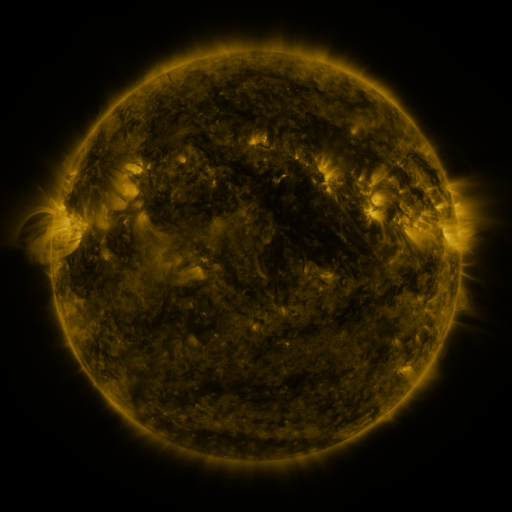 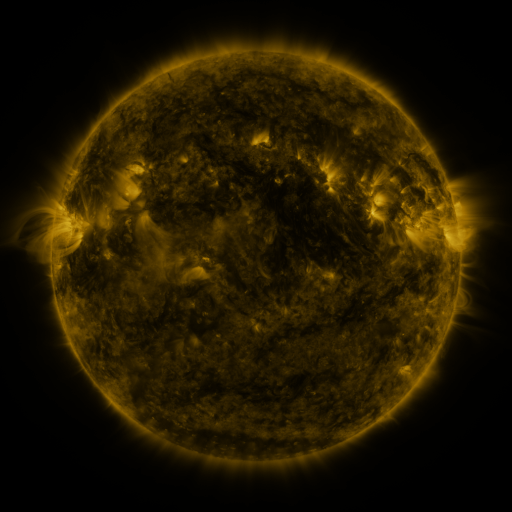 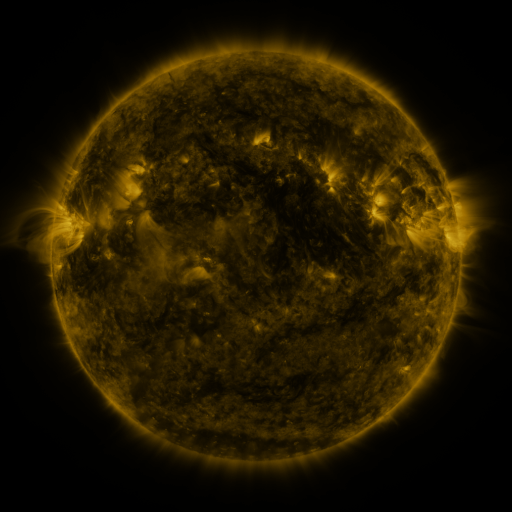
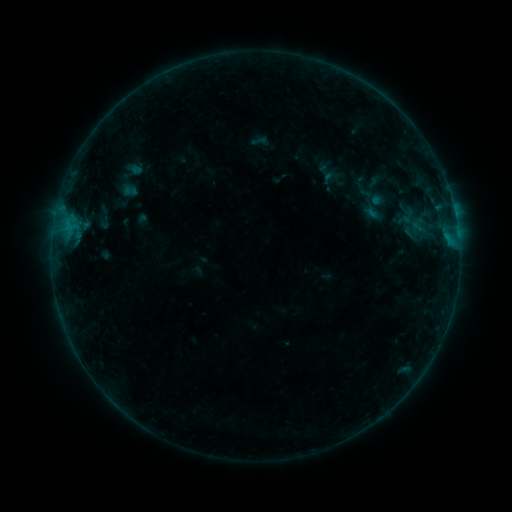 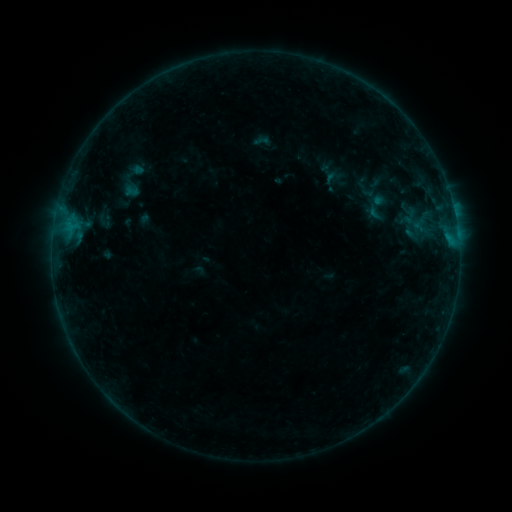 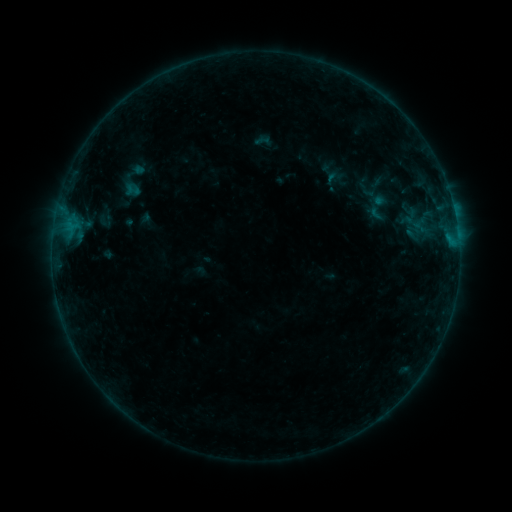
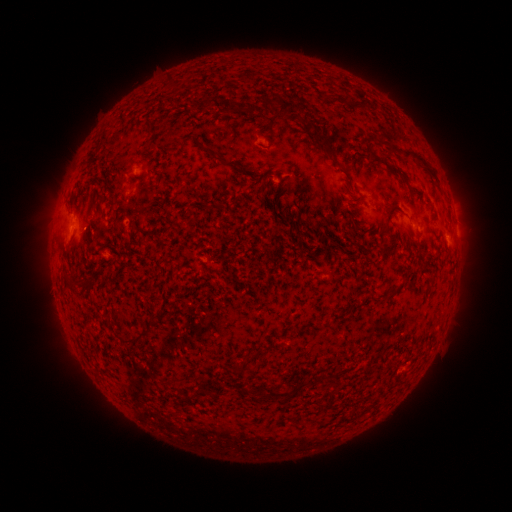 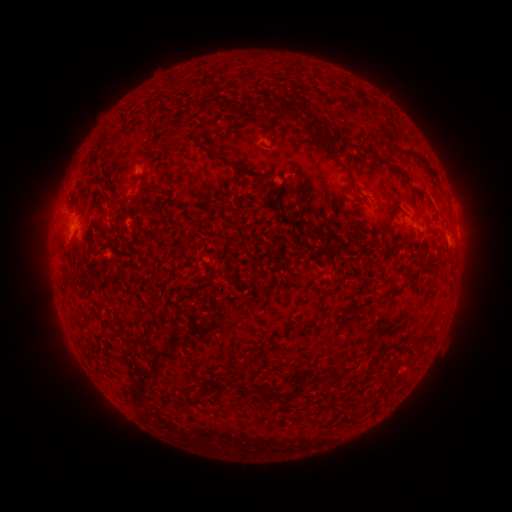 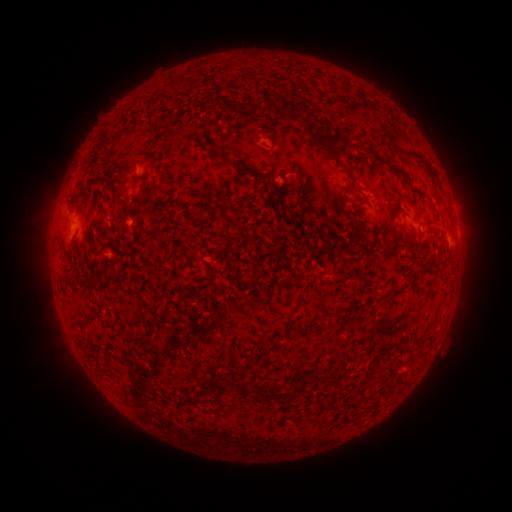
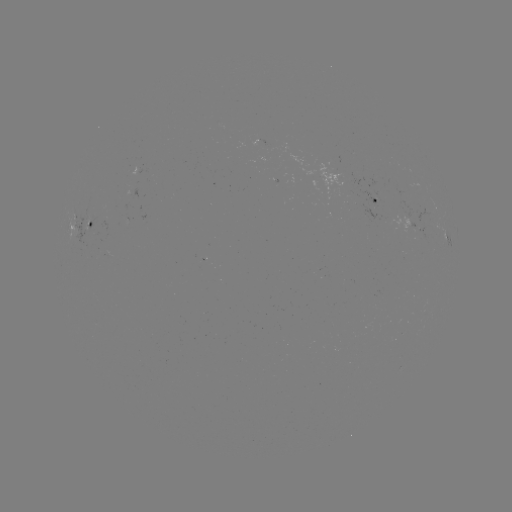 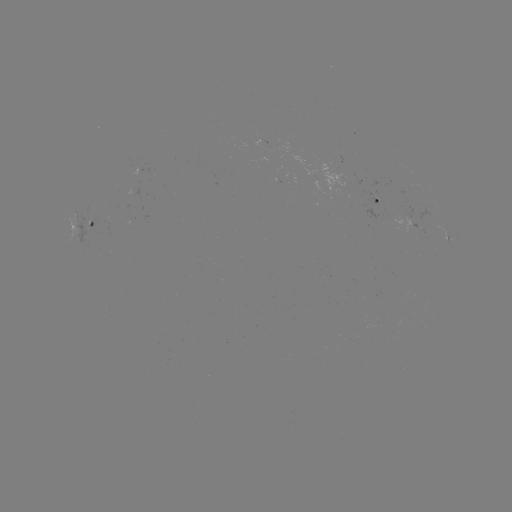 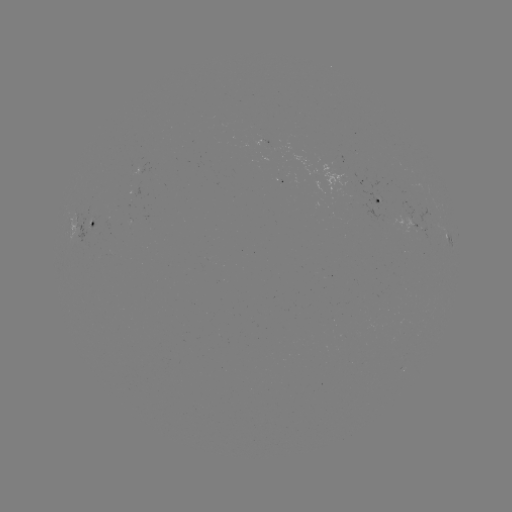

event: emerging-flux region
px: (262, 141)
